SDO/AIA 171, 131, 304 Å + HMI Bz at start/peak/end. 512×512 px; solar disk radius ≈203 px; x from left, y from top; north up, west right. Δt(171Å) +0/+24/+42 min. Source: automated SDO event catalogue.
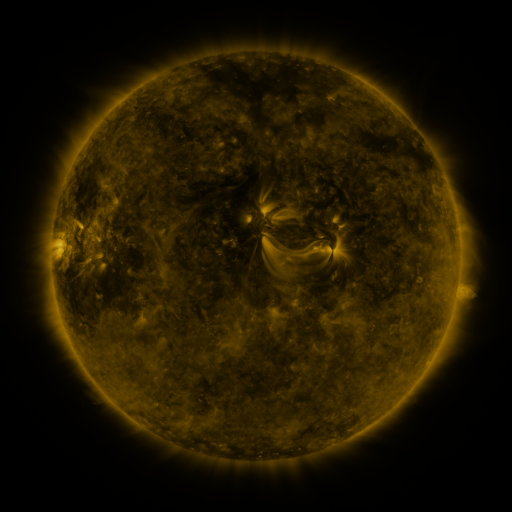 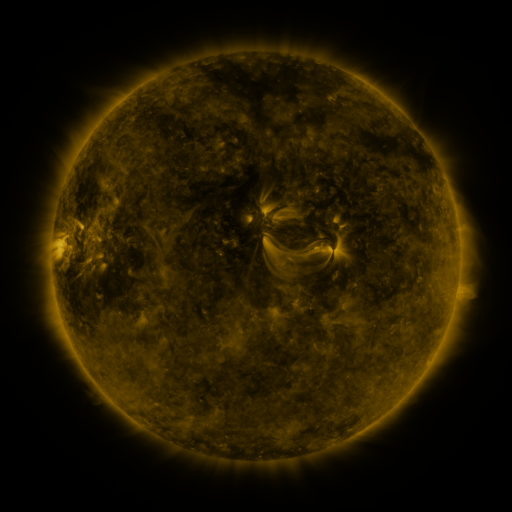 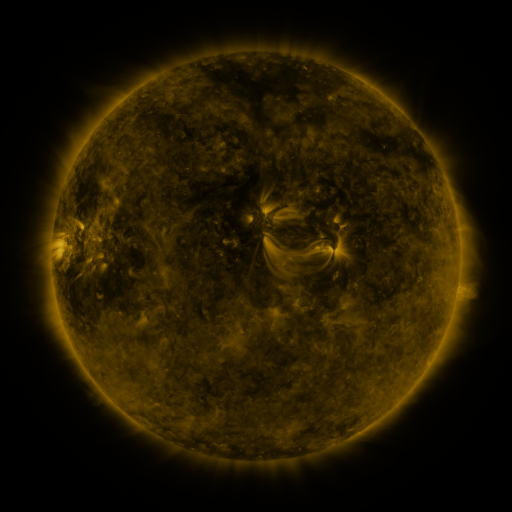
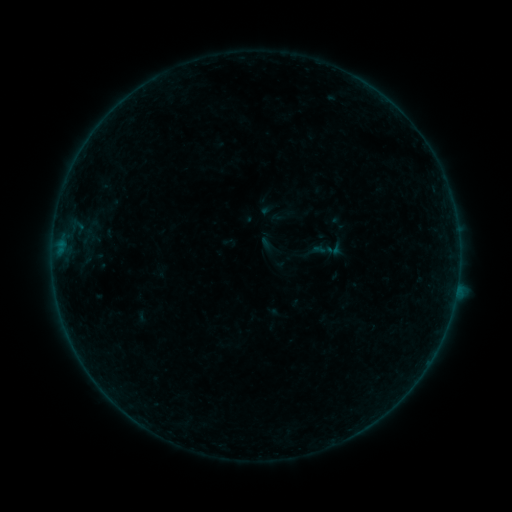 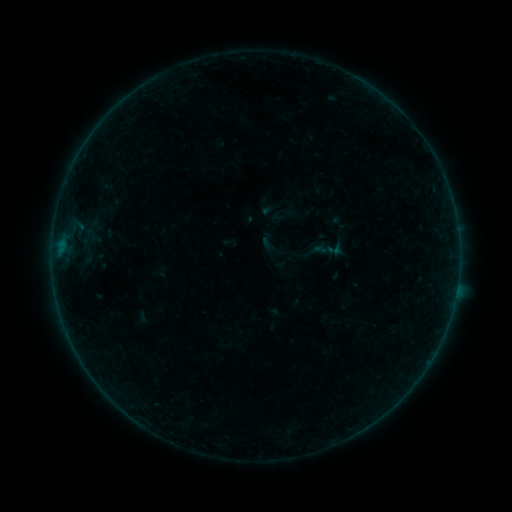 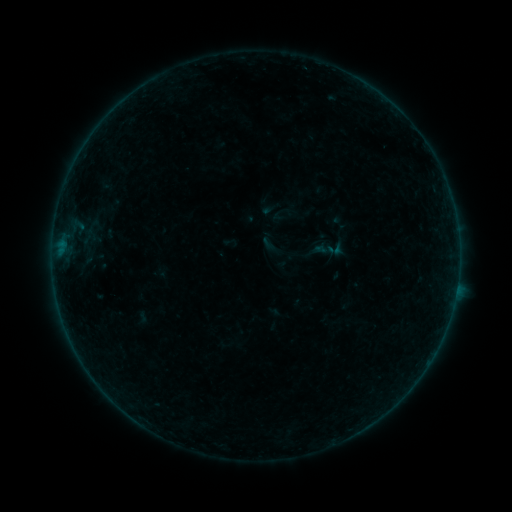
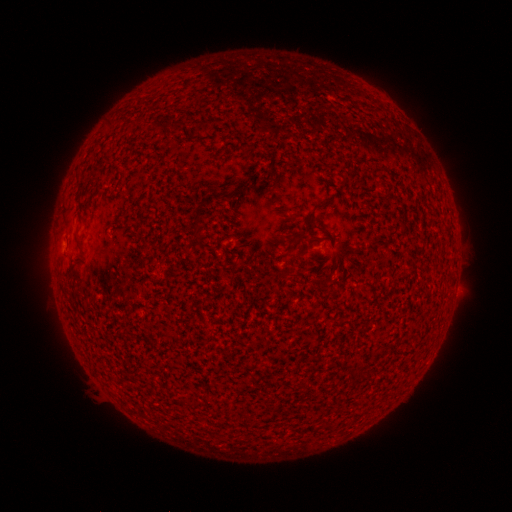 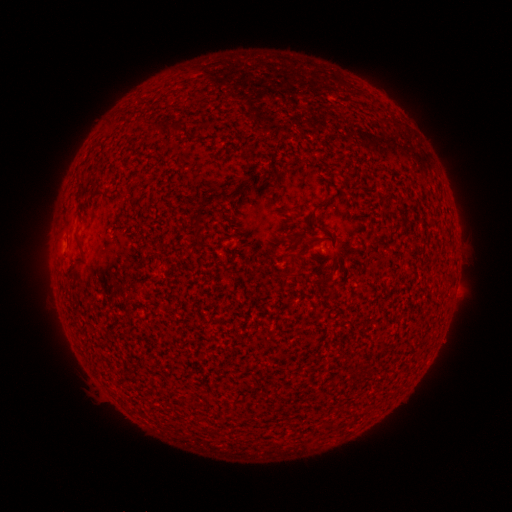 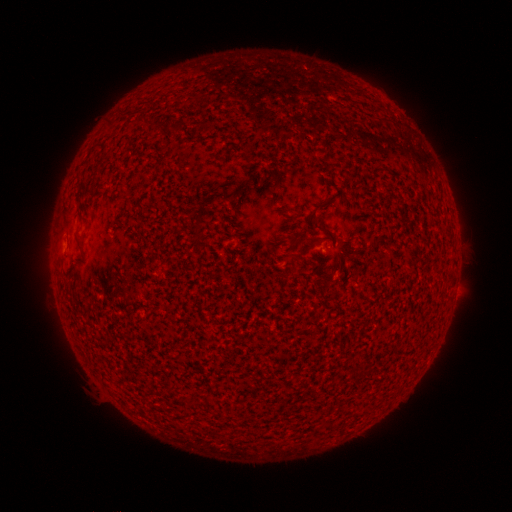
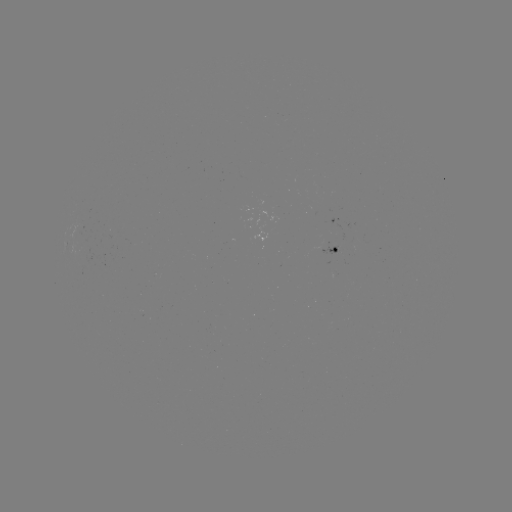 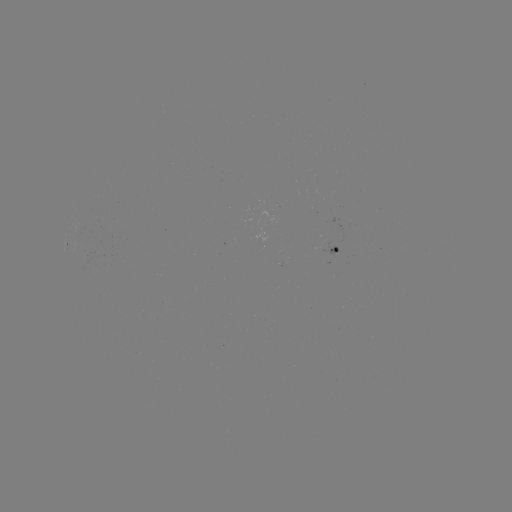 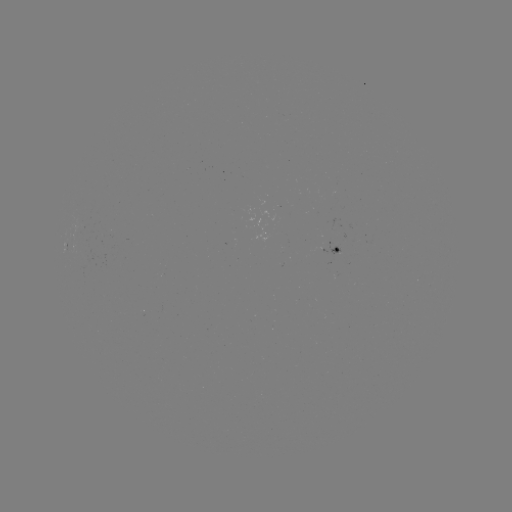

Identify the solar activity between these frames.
no classed flare was catalogued and no EUV brightening was flagged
